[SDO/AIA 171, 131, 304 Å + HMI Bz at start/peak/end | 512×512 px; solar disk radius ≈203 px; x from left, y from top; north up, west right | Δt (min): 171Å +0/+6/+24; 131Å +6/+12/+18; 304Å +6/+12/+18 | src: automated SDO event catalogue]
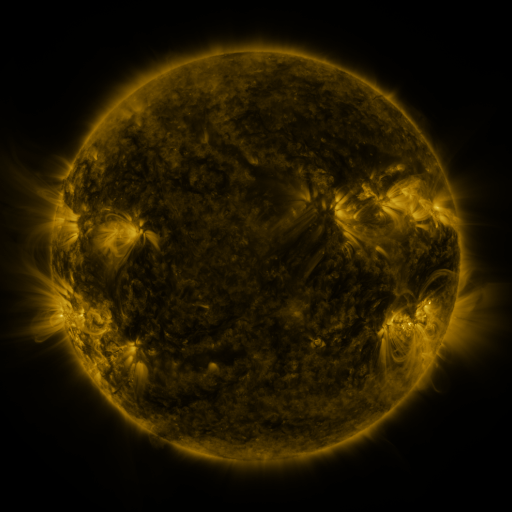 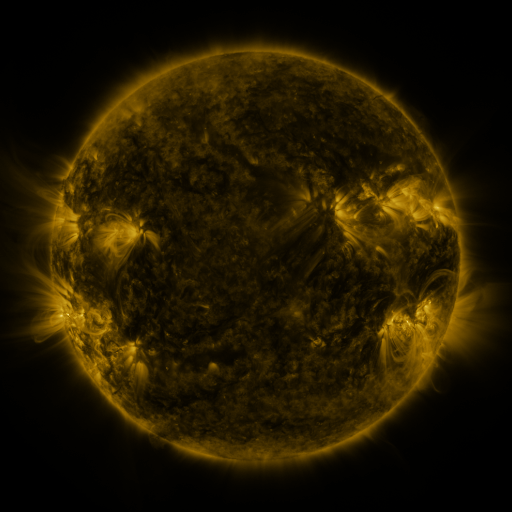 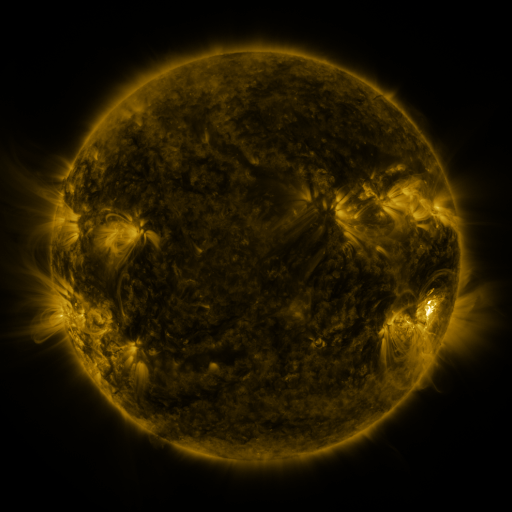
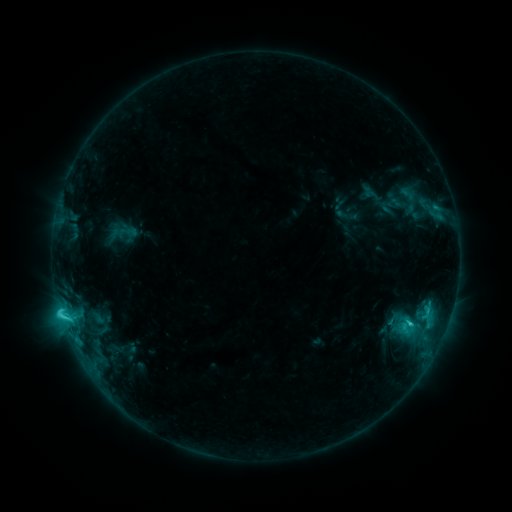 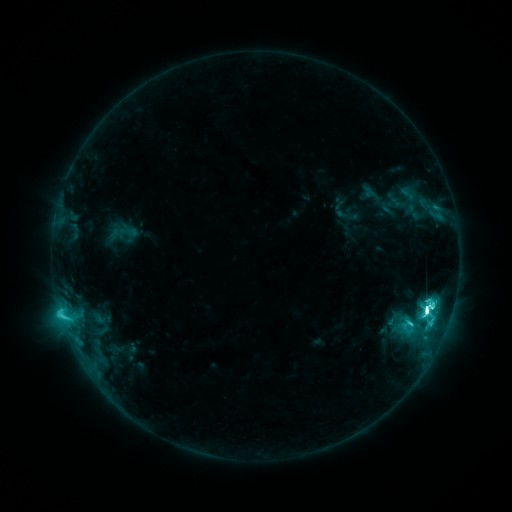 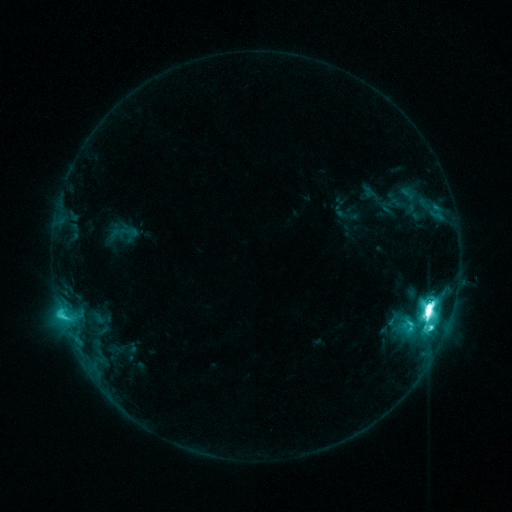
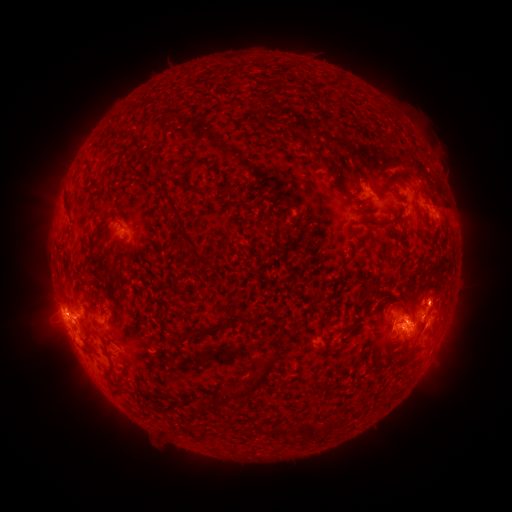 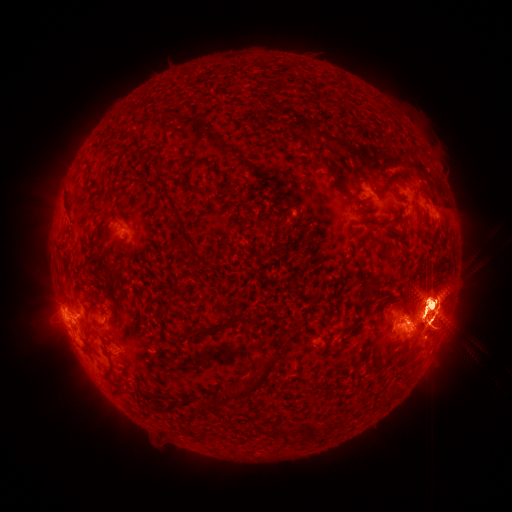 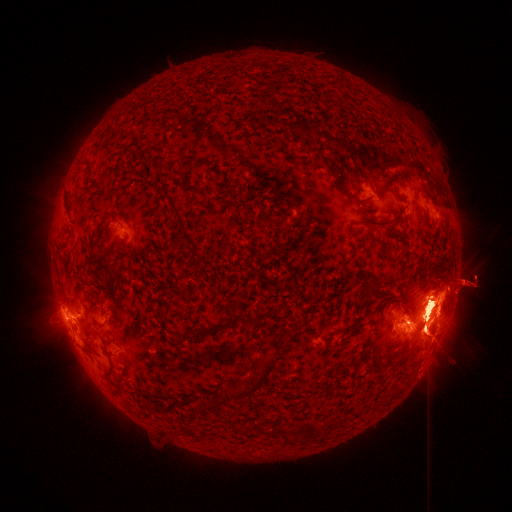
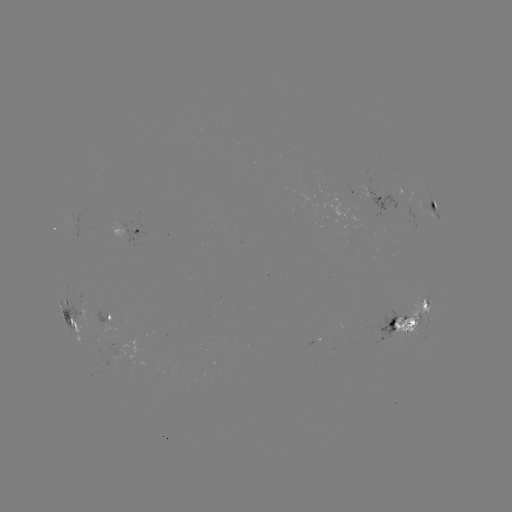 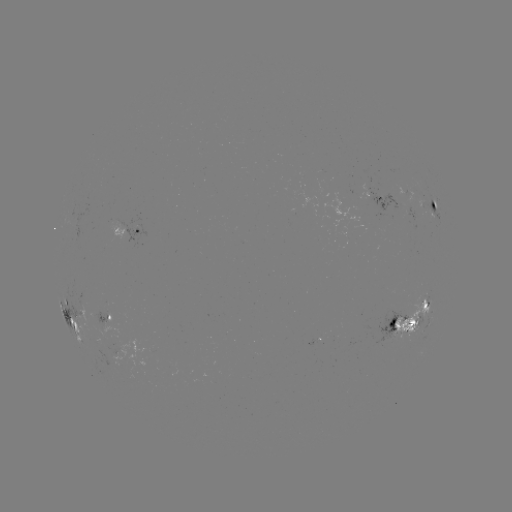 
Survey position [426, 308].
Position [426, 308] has X1.1 flare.